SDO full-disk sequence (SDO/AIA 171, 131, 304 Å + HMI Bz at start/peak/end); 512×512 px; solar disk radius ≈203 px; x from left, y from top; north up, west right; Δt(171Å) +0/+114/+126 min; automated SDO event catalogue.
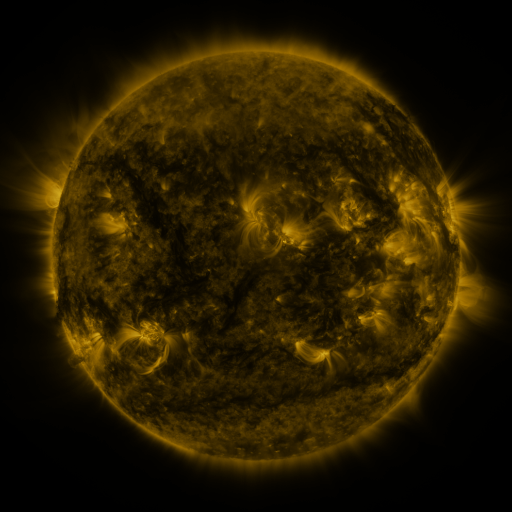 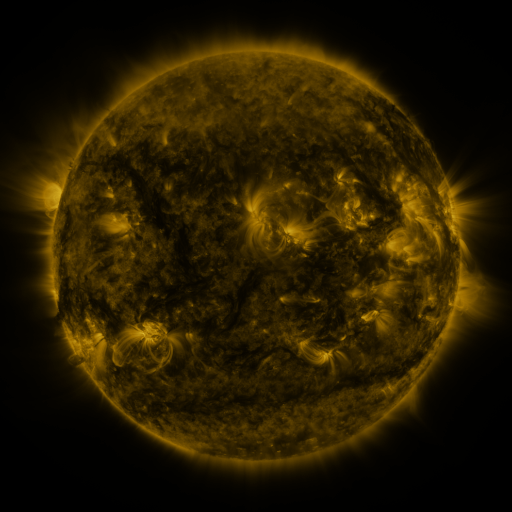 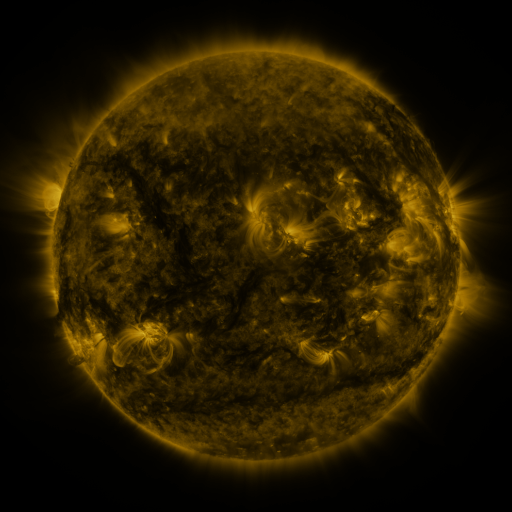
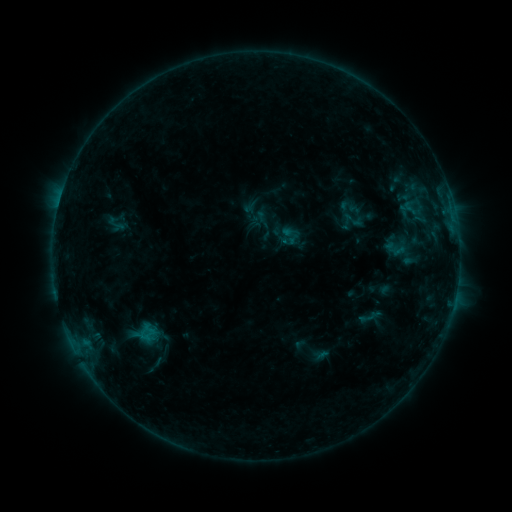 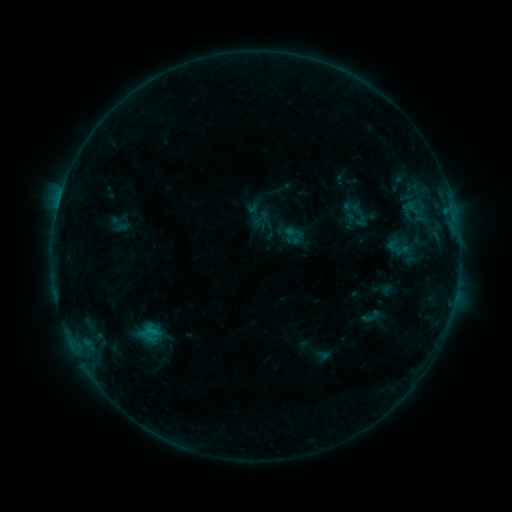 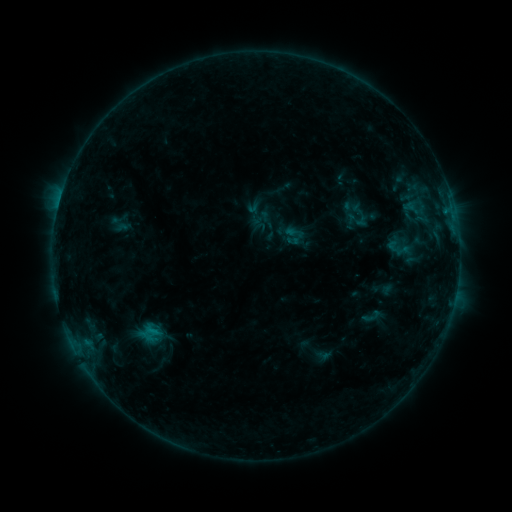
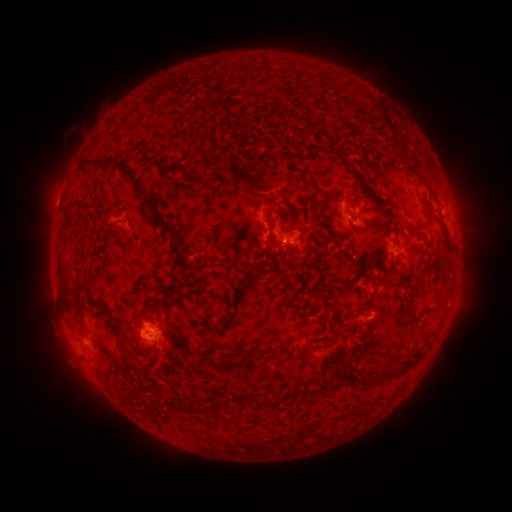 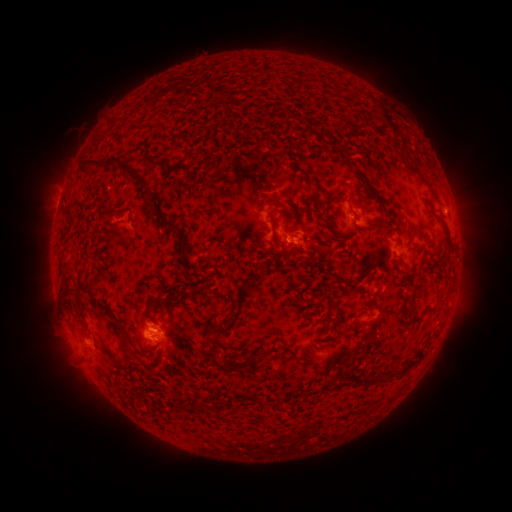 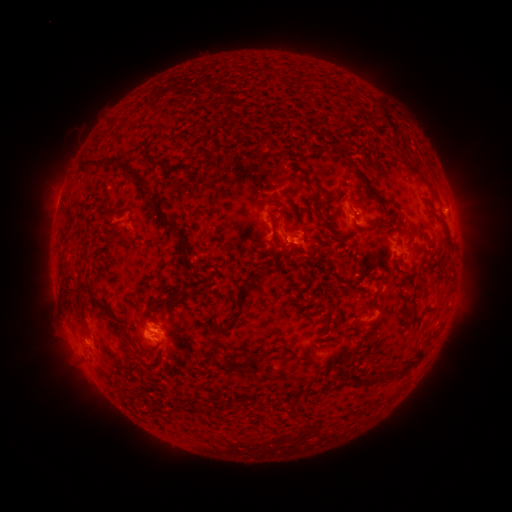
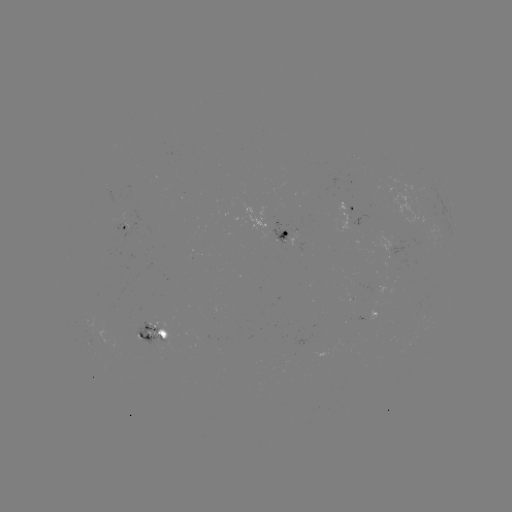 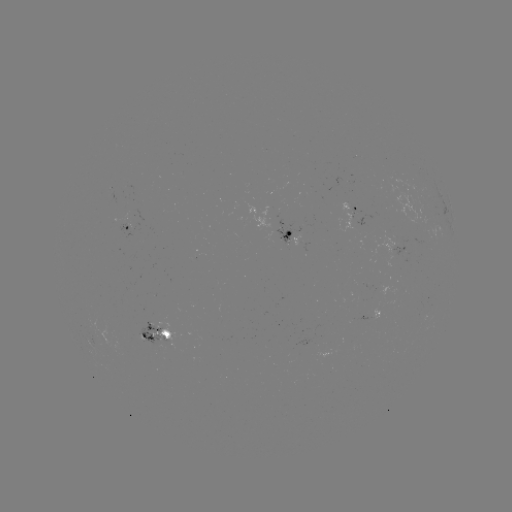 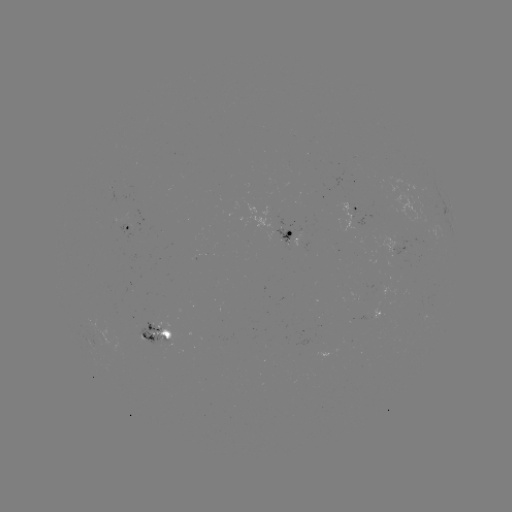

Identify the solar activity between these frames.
emerging-flux region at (151, 328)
